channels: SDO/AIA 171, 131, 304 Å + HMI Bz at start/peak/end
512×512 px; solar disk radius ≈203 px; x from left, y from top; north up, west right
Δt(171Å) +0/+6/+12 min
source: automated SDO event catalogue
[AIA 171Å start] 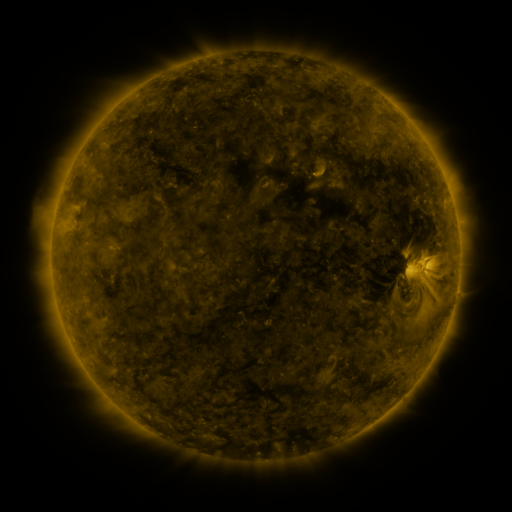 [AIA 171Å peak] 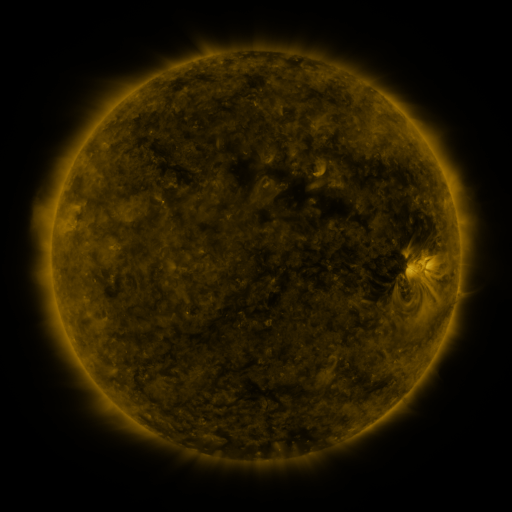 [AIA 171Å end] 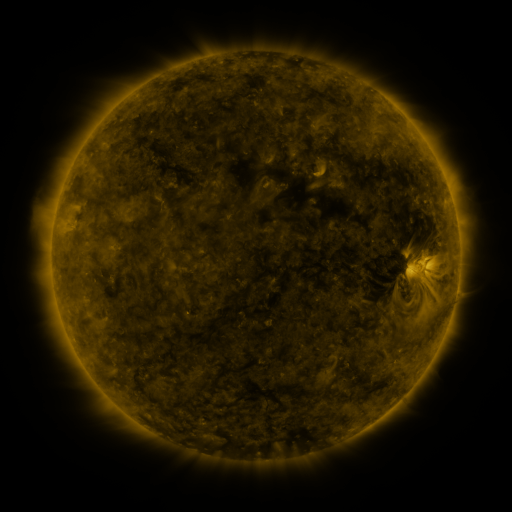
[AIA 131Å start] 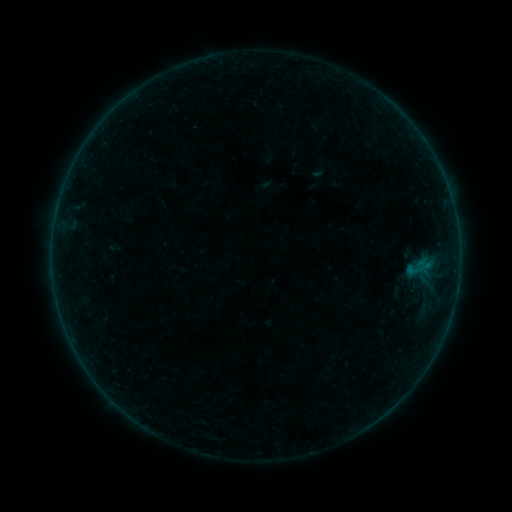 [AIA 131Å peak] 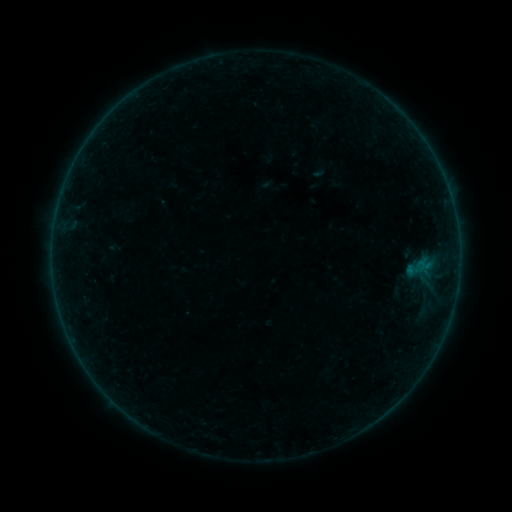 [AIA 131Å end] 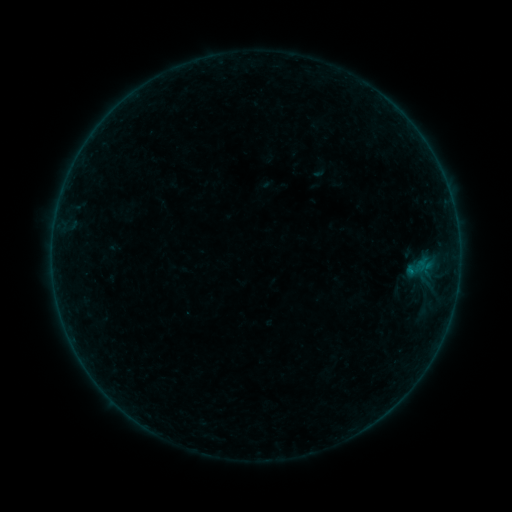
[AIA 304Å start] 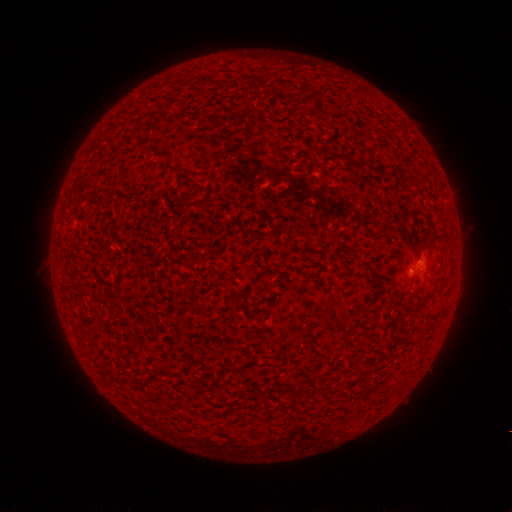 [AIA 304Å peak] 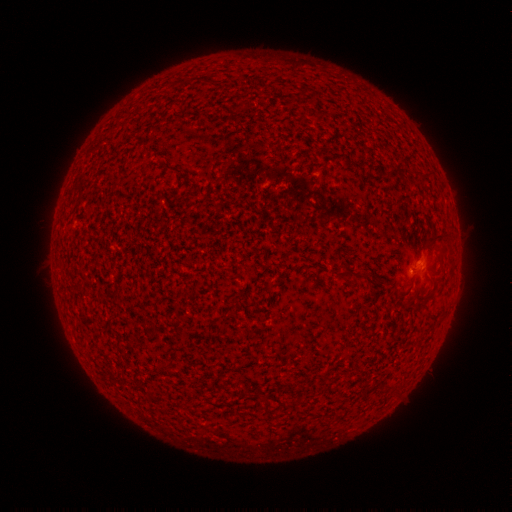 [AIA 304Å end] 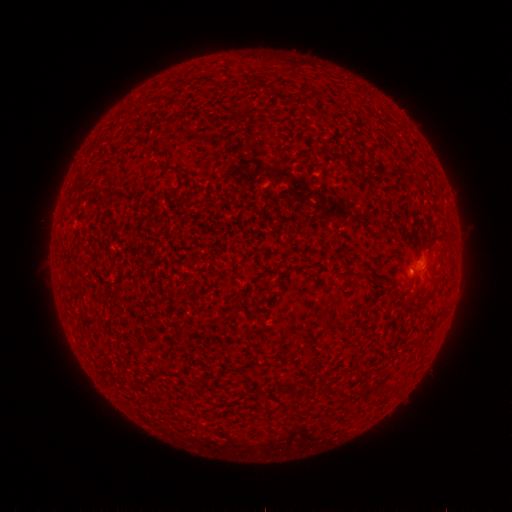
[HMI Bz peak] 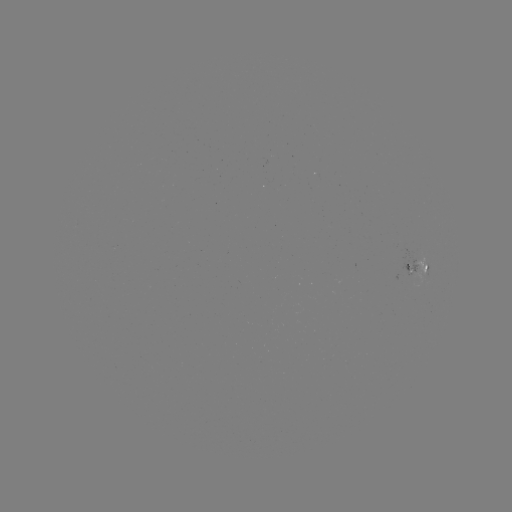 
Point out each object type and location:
B1.5 flare: (410, 268)
